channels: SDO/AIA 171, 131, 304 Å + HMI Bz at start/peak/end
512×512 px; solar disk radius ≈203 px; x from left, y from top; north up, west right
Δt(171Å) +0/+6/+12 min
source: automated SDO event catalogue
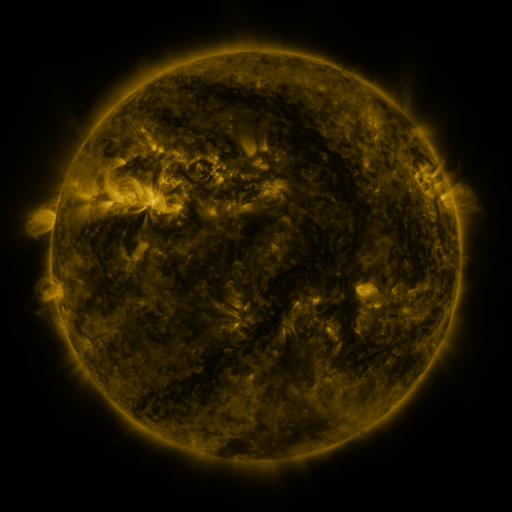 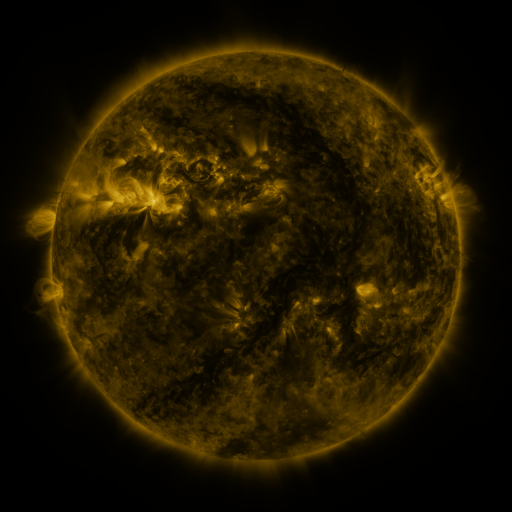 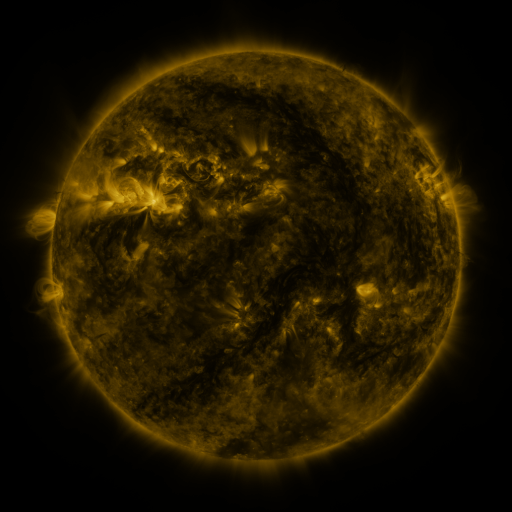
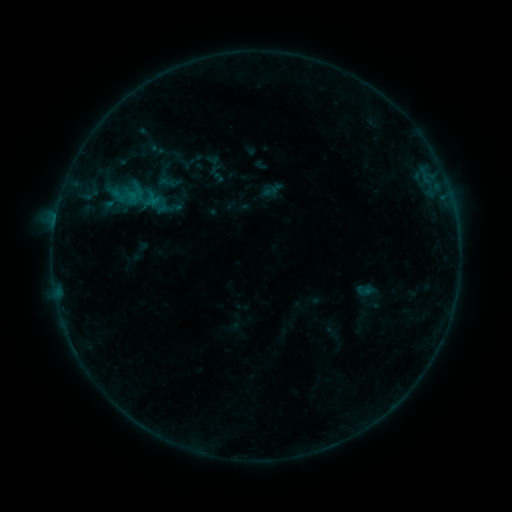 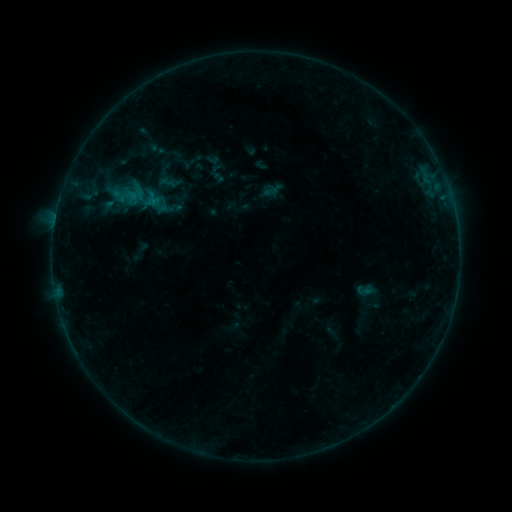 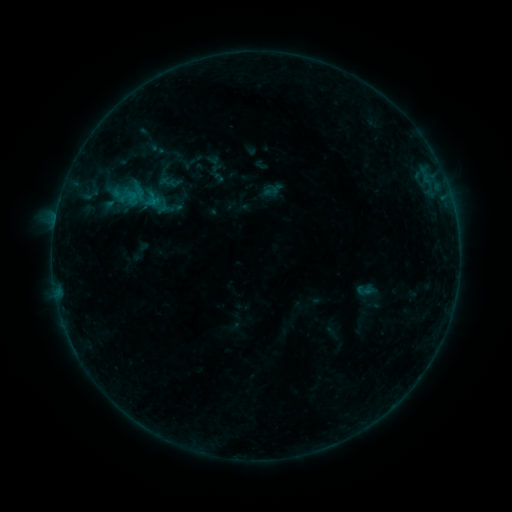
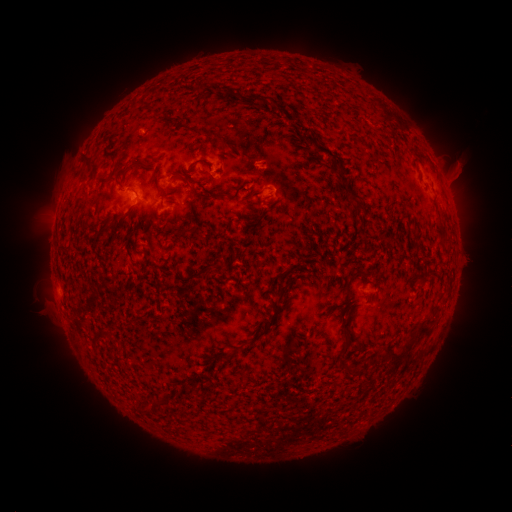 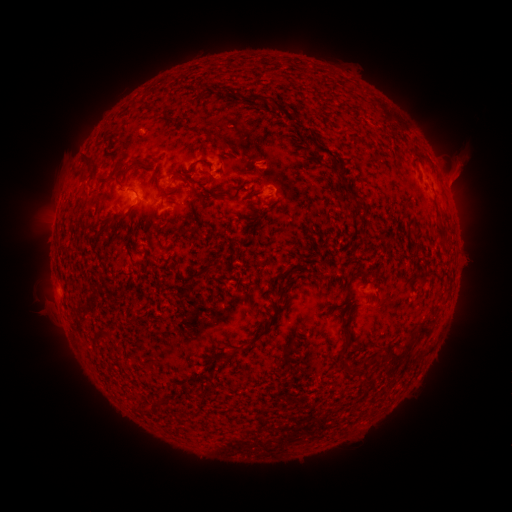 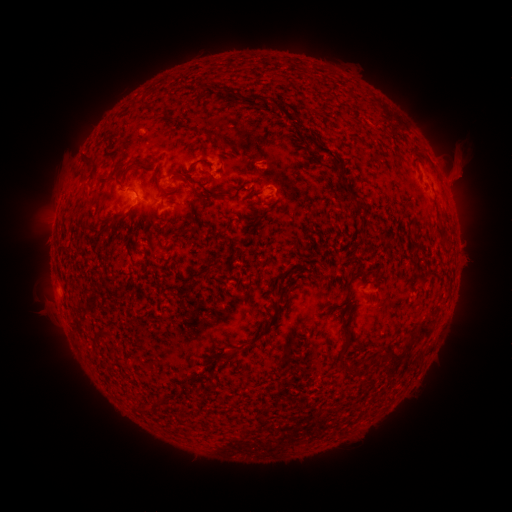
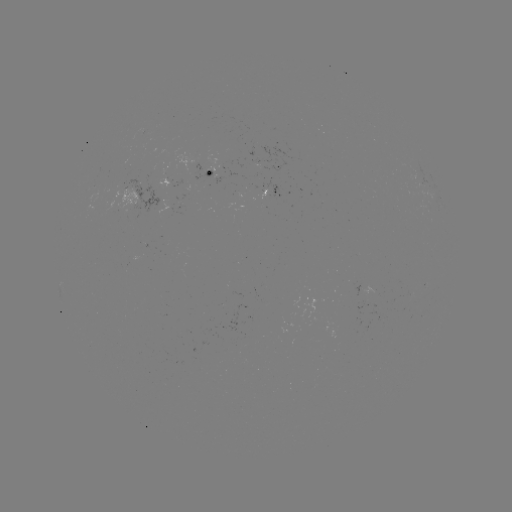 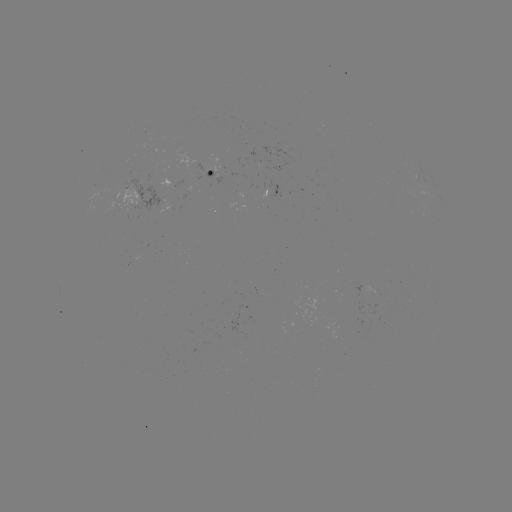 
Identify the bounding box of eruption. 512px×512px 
[440, 156, 480, 198].